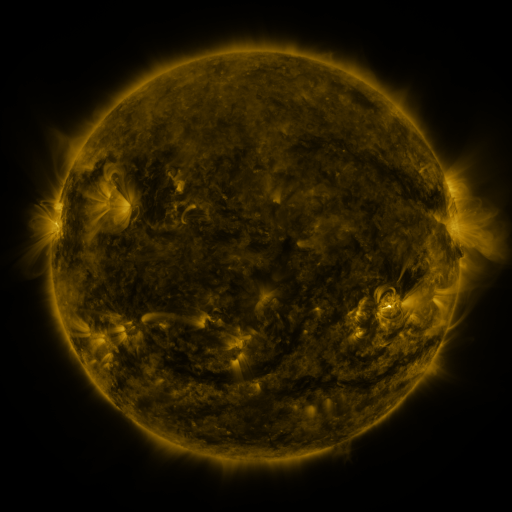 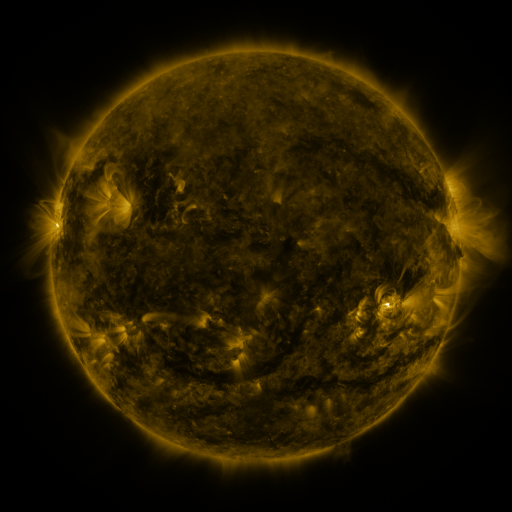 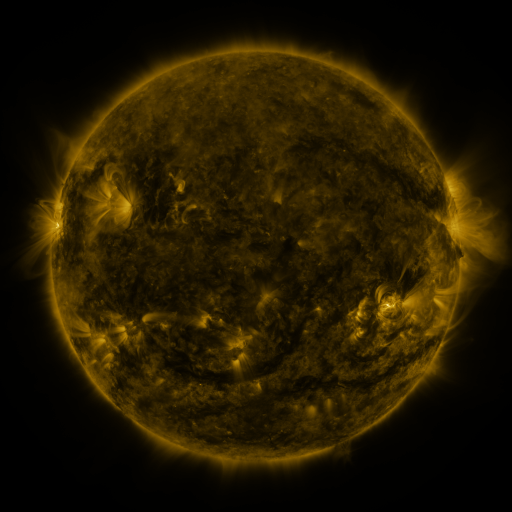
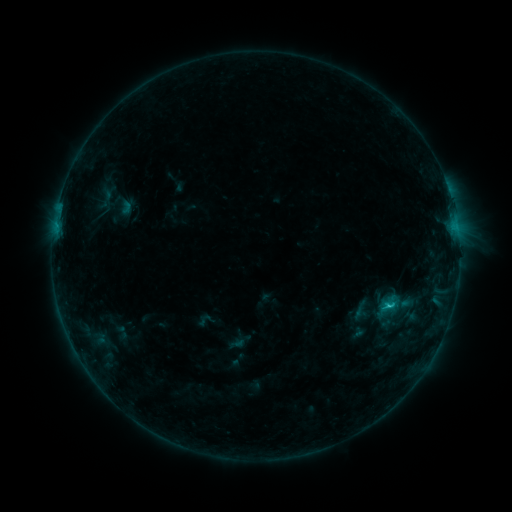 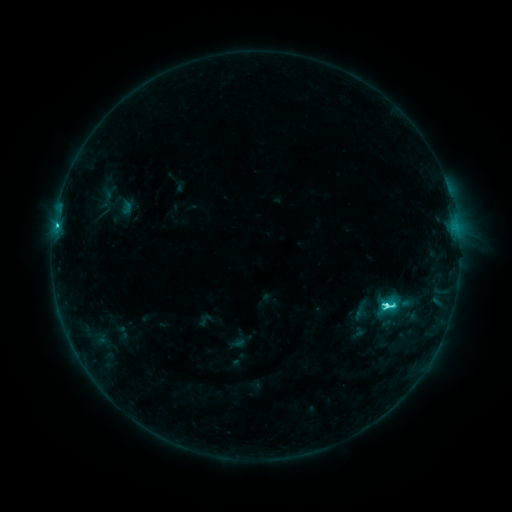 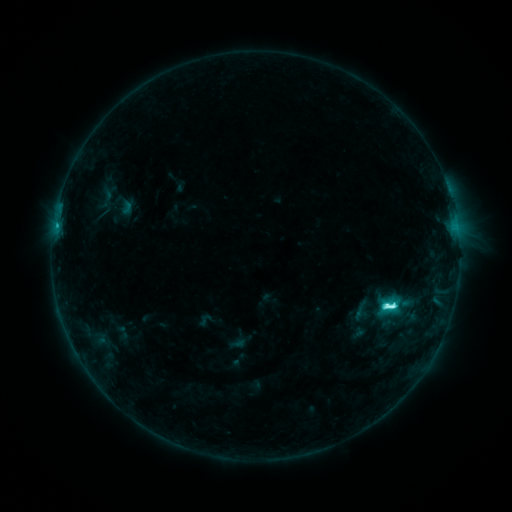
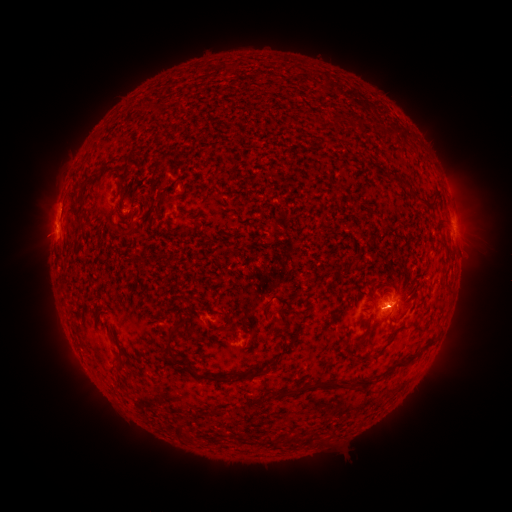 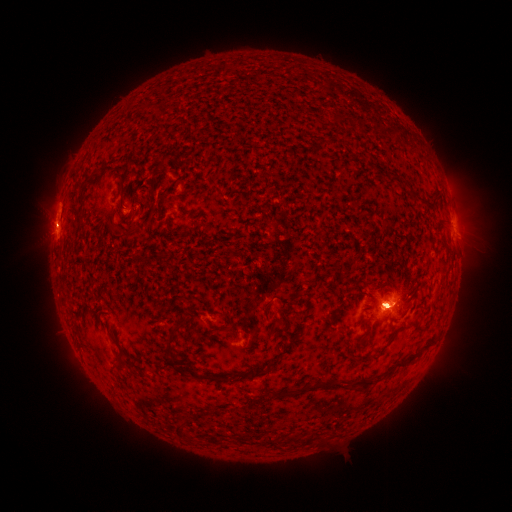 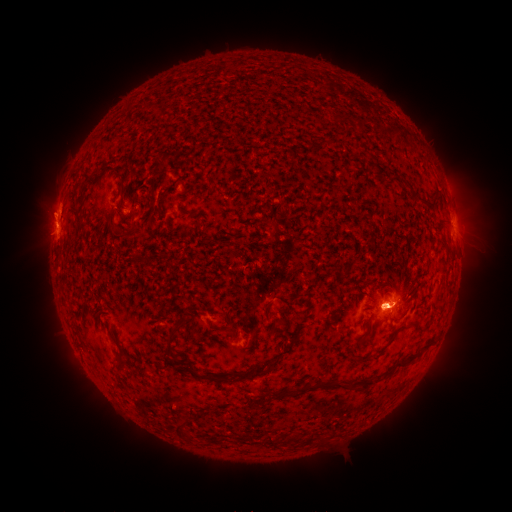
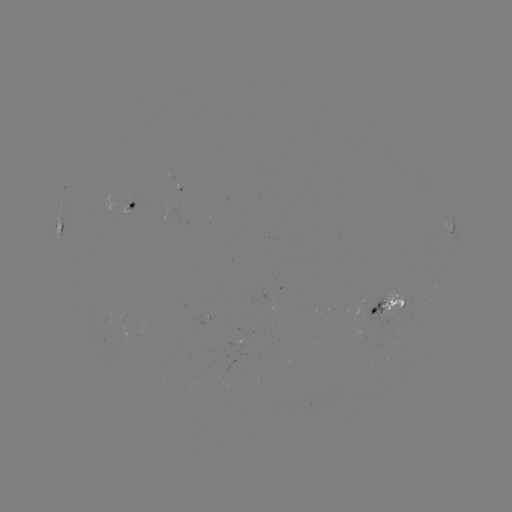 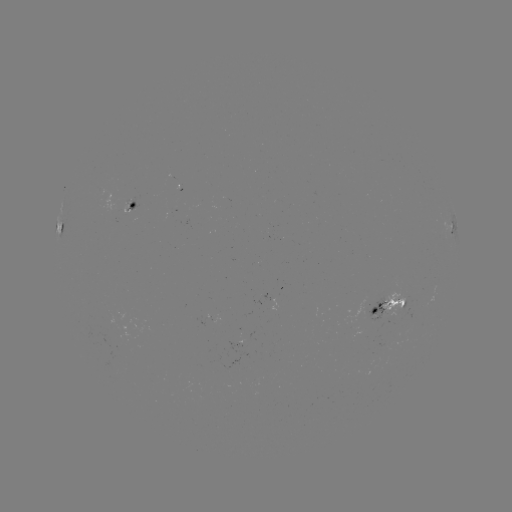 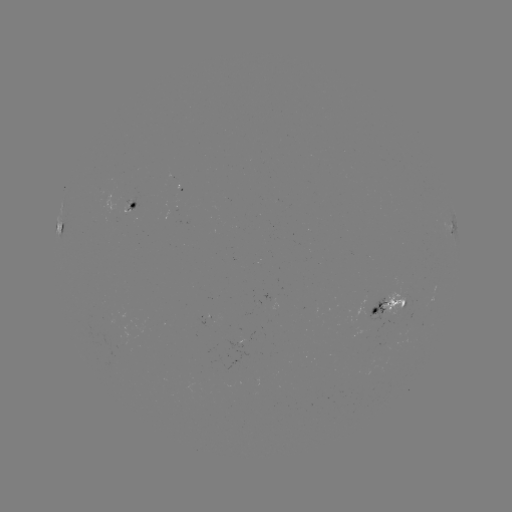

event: flare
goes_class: M1.0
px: (386, 305)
